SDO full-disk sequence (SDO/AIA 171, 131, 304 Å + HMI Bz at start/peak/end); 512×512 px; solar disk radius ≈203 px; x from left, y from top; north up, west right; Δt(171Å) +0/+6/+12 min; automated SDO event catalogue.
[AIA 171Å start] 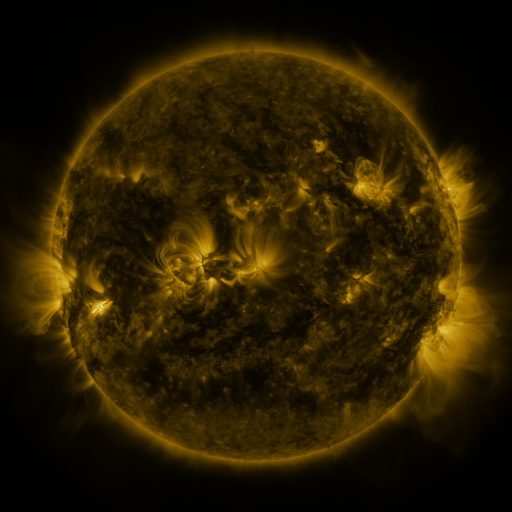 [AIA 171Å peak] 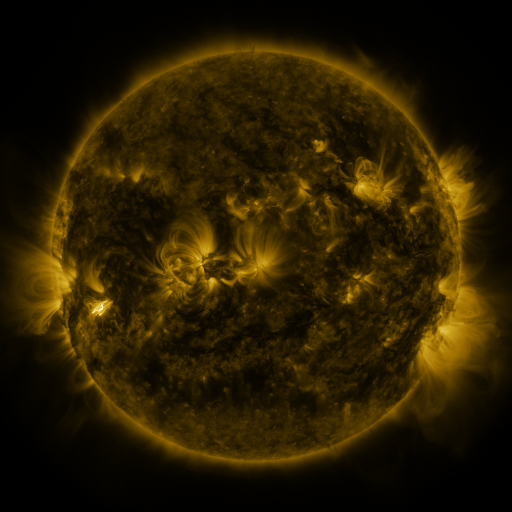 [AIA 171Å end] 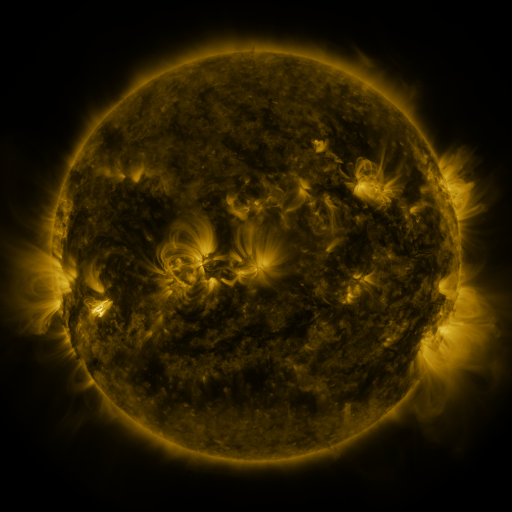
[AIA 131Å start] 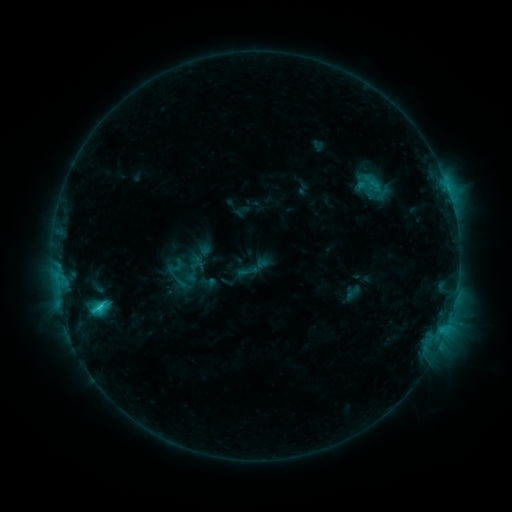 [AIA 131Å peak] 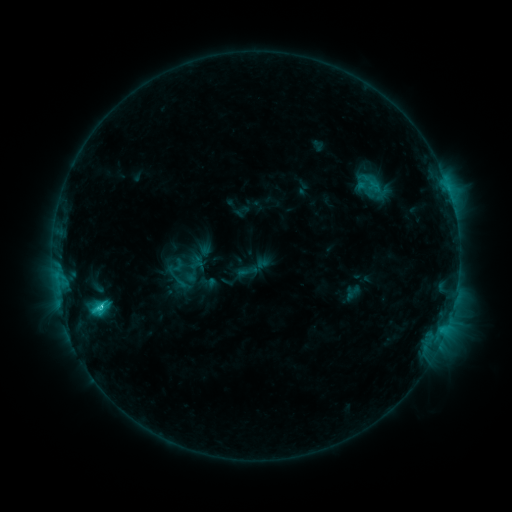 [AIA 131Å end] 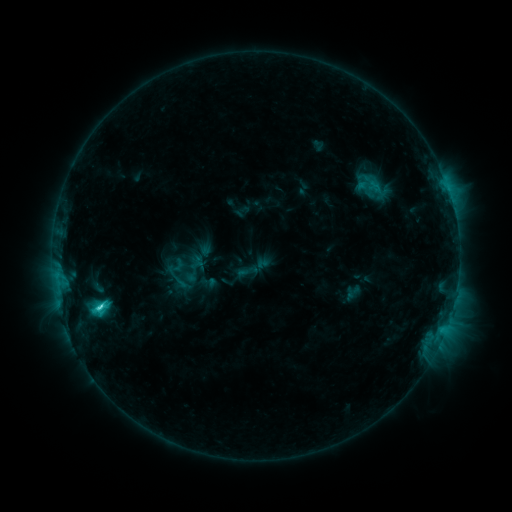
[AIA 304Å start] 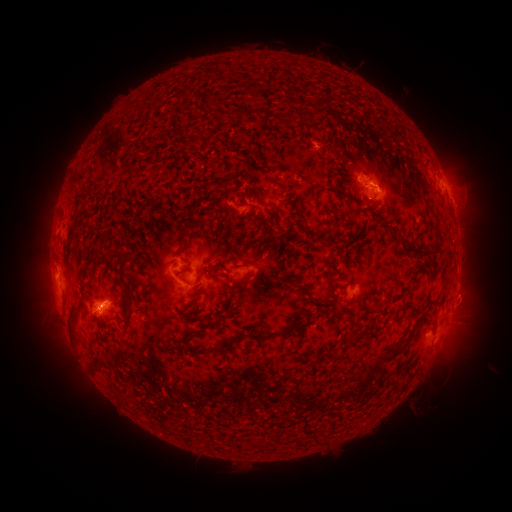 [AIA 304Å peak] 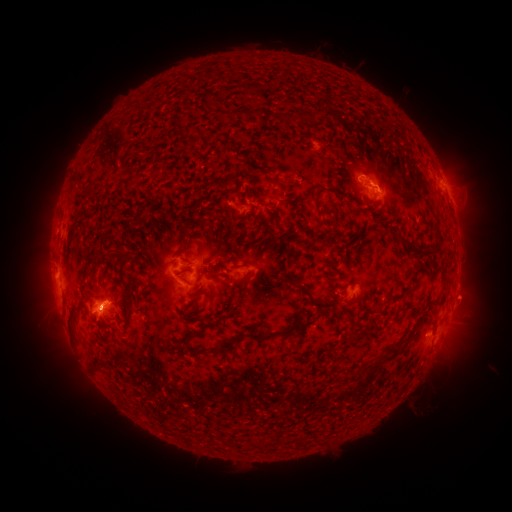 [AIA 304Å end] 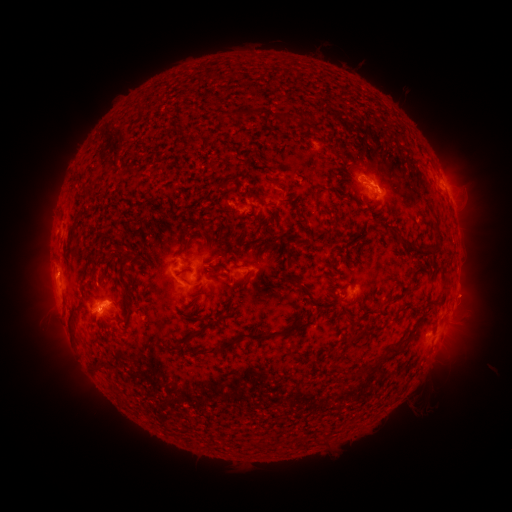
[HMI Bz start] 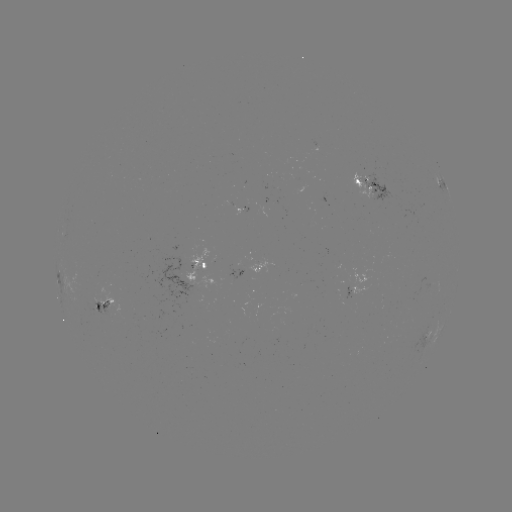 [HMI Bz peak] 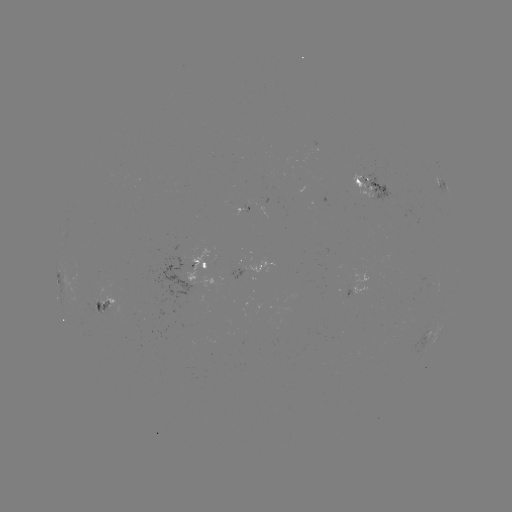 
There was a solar eruption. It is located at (468, 296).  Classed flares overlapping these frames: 1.